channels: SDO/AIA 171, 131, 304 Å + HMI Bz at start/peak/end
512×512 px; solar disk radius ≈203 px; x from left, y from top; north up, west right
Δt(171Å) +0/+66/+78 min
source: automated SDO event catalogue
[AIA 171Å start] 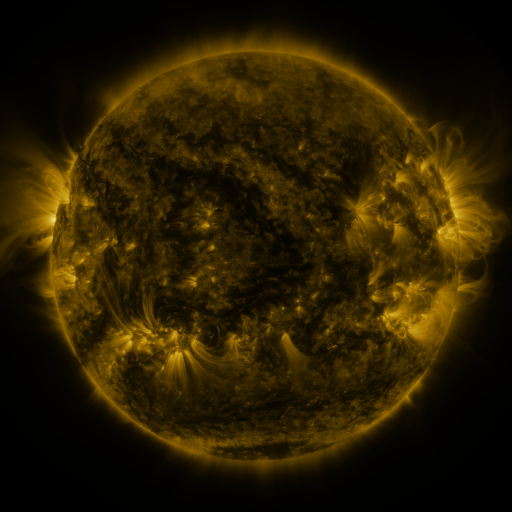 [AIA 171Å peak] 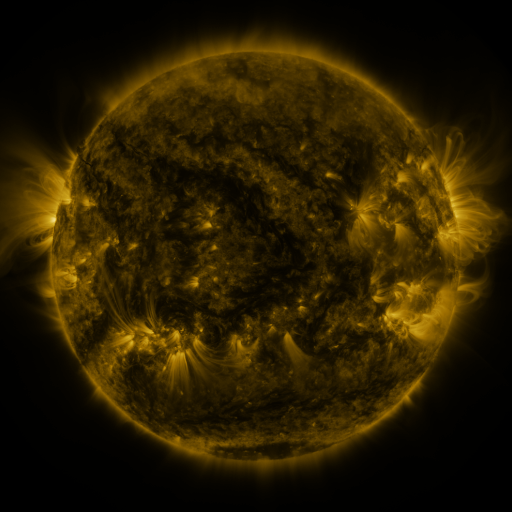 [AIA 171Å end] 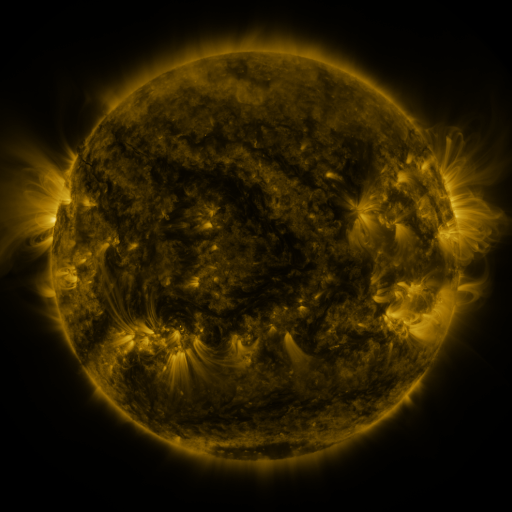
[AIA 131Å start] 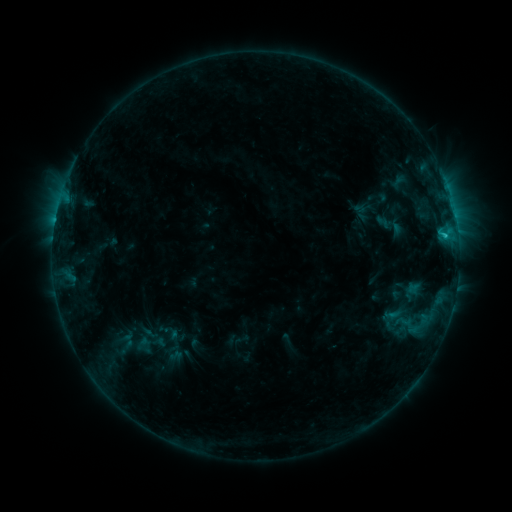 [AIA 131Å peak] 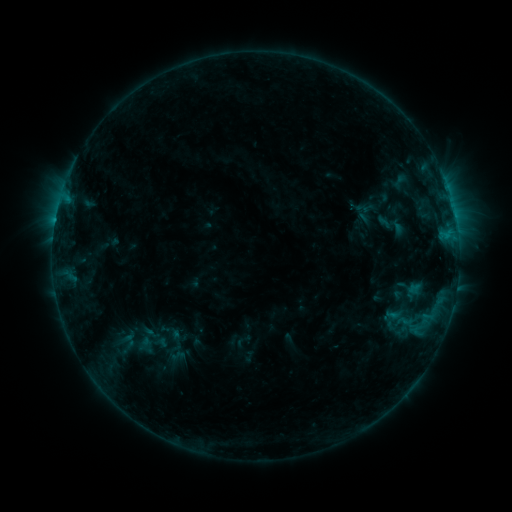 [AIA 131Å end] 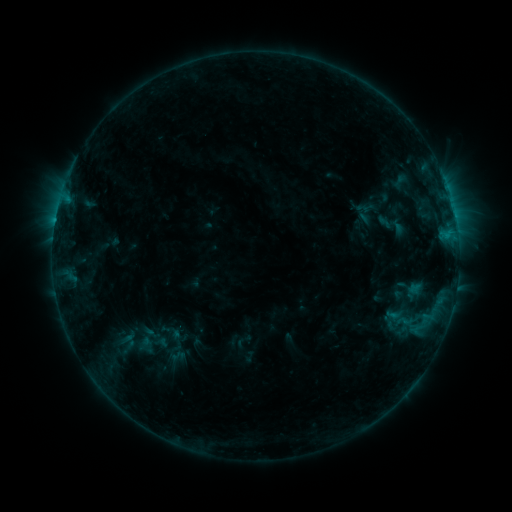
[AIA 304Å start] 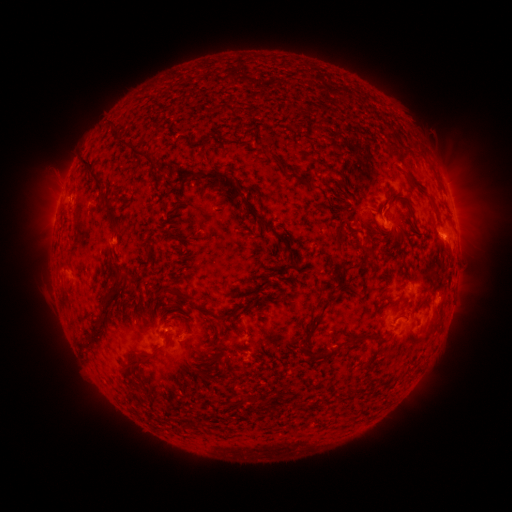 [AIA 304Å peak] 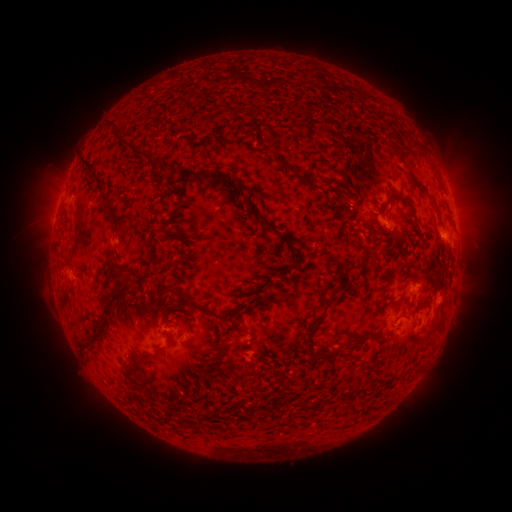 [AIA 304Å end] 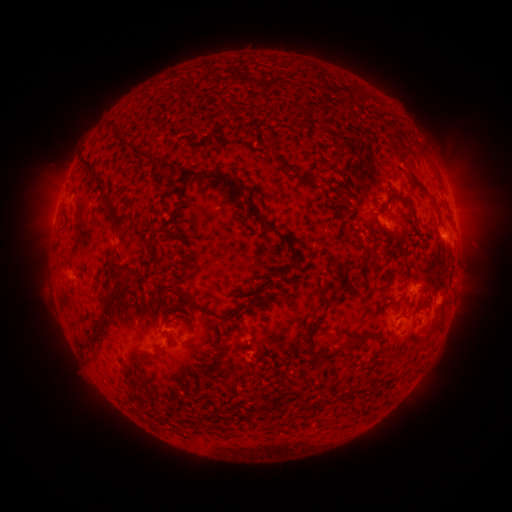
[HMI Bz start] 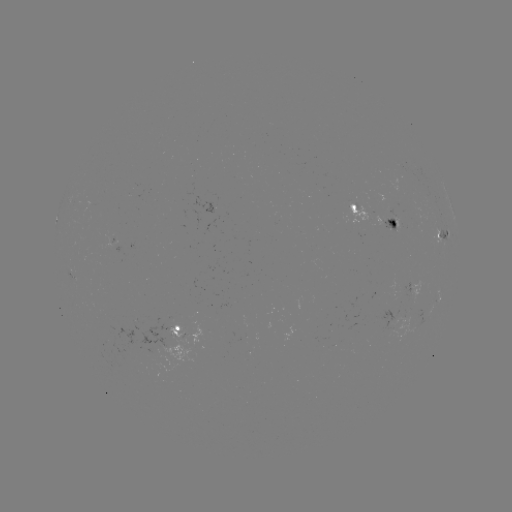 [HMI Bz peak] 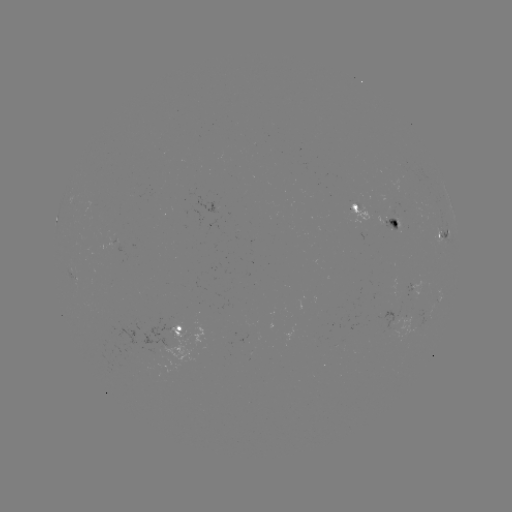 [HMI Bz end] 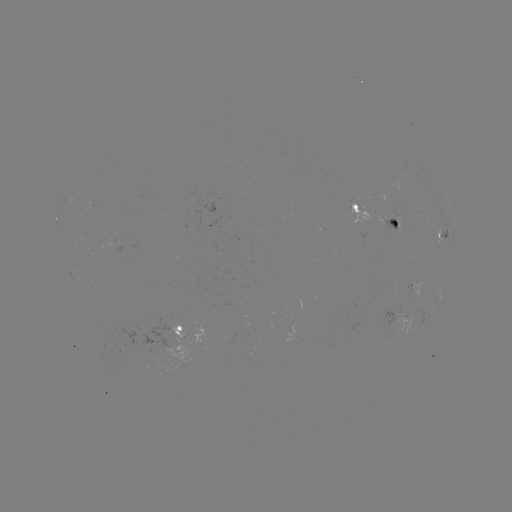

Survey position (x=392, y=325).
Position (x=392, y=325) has emerging-flux region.